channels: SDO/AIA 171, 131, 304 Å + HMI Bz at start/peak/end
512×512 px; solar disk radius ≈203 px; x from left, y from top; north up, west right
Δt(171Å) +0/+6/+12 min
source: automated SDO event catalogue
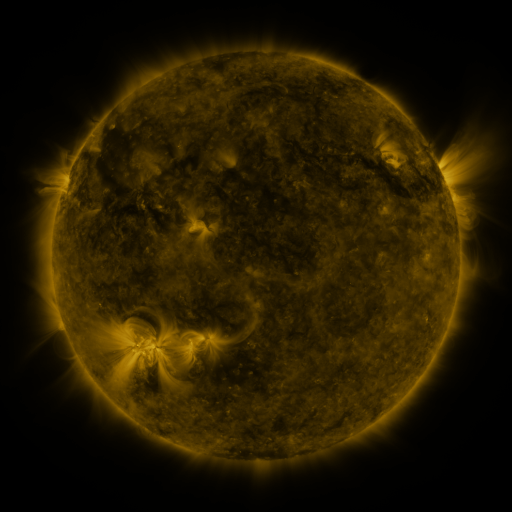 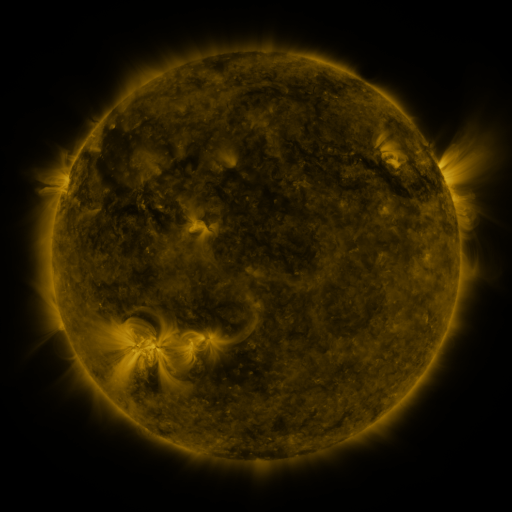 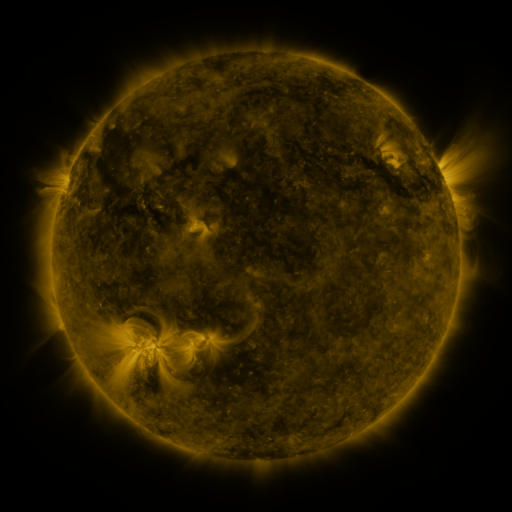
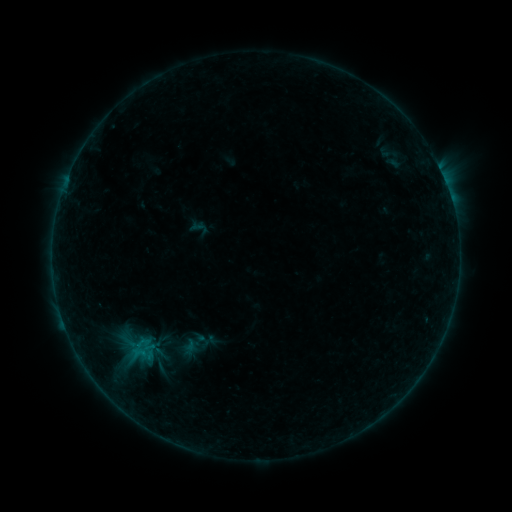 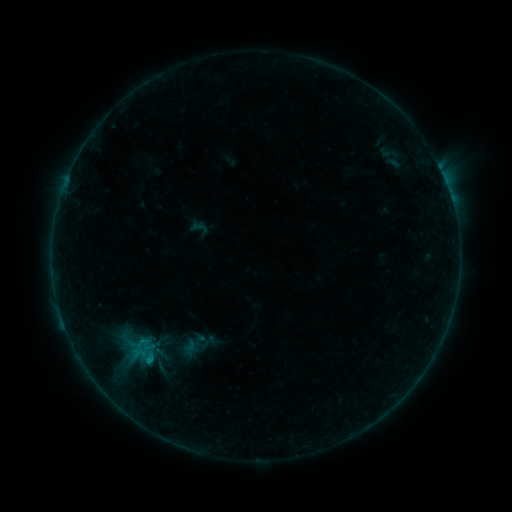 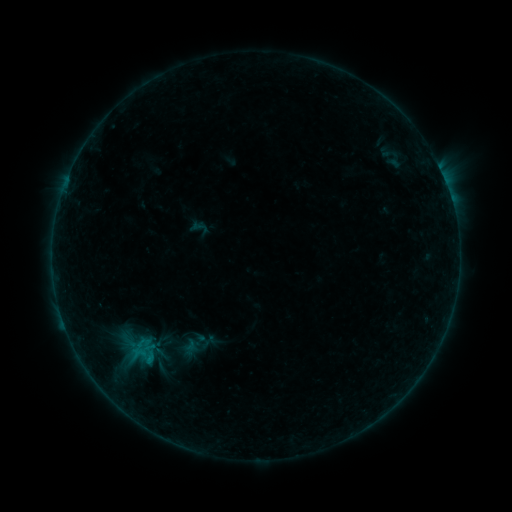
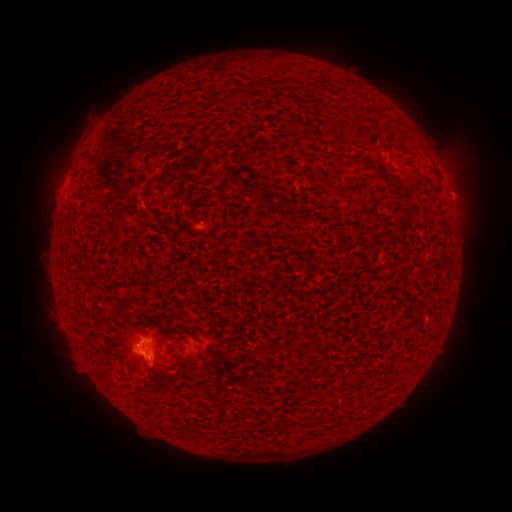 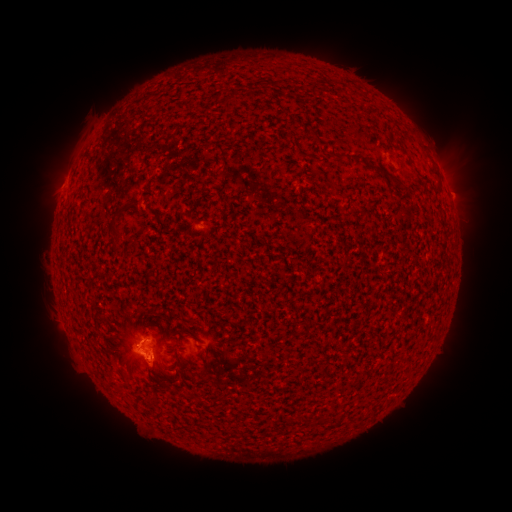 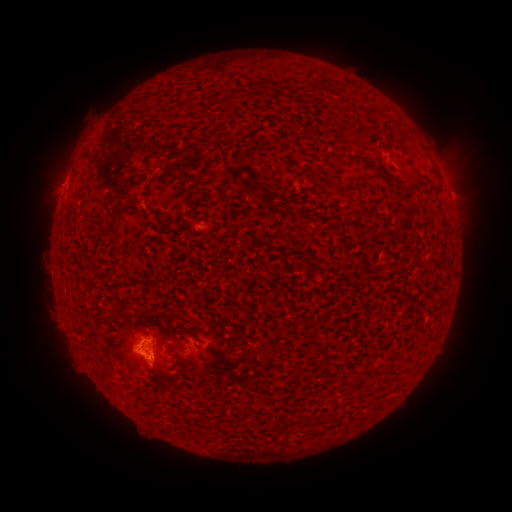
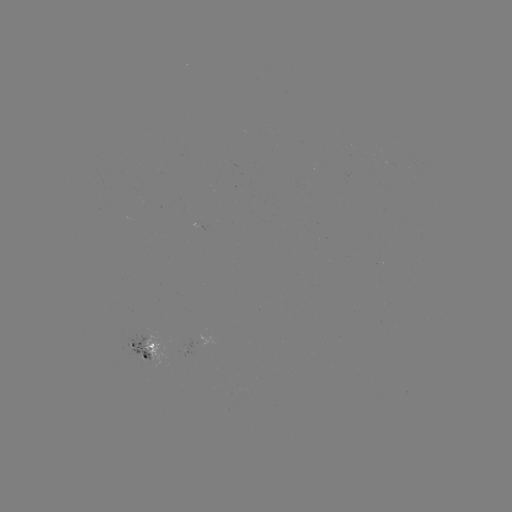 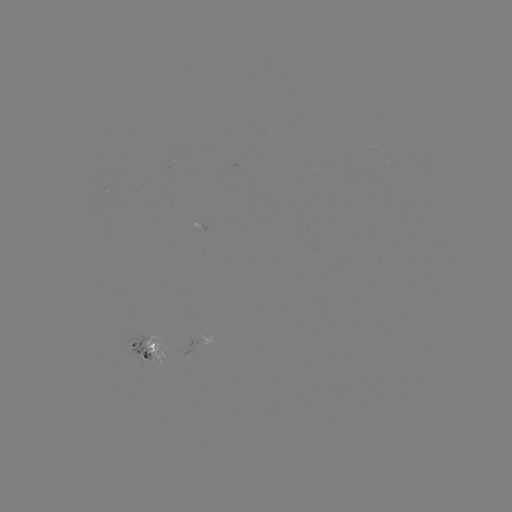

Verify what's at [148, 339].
B3.8 flare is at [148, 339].